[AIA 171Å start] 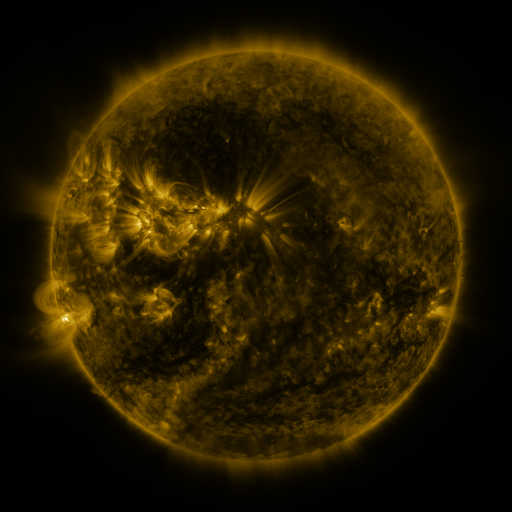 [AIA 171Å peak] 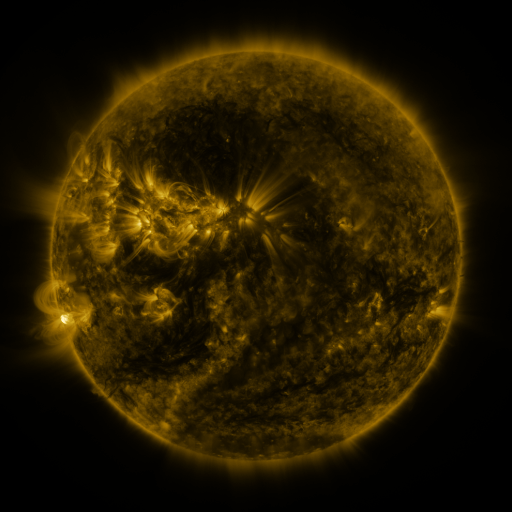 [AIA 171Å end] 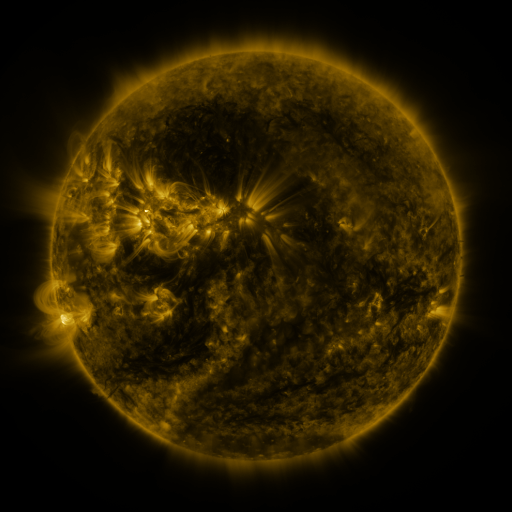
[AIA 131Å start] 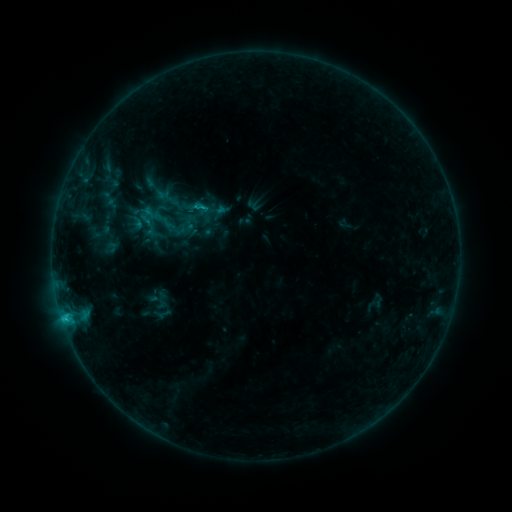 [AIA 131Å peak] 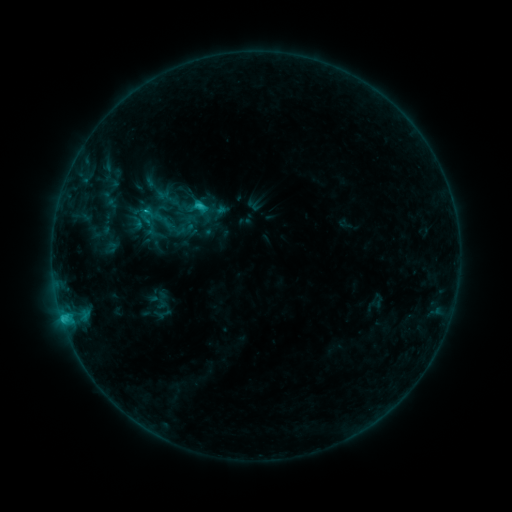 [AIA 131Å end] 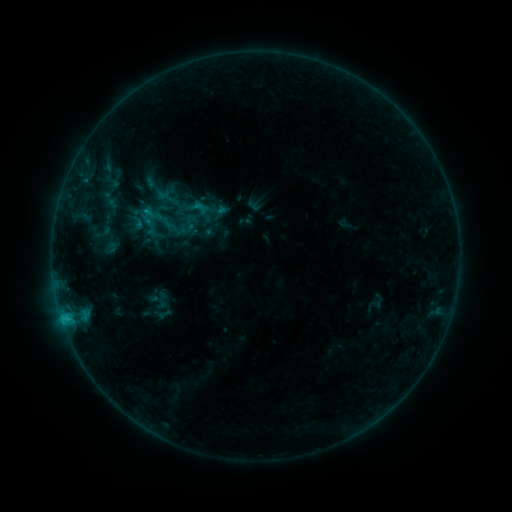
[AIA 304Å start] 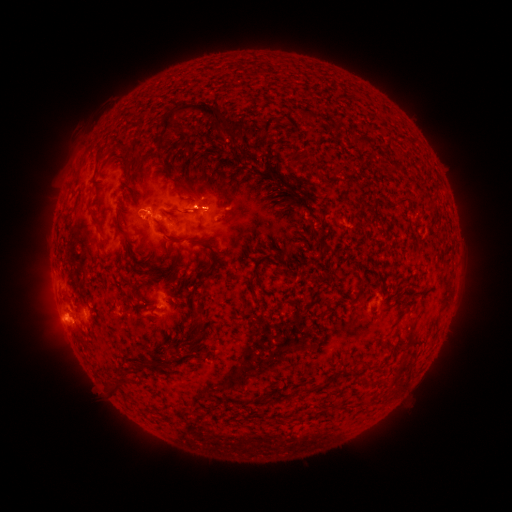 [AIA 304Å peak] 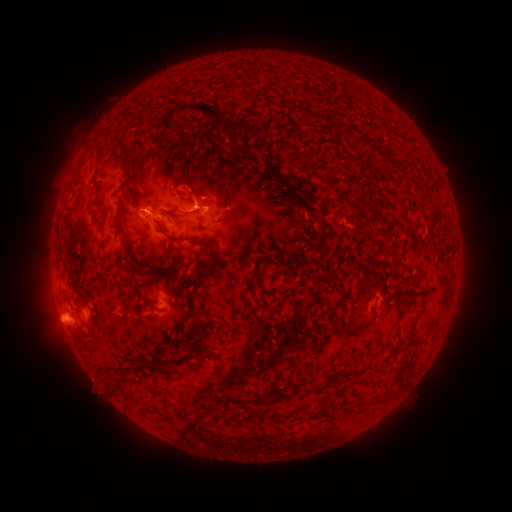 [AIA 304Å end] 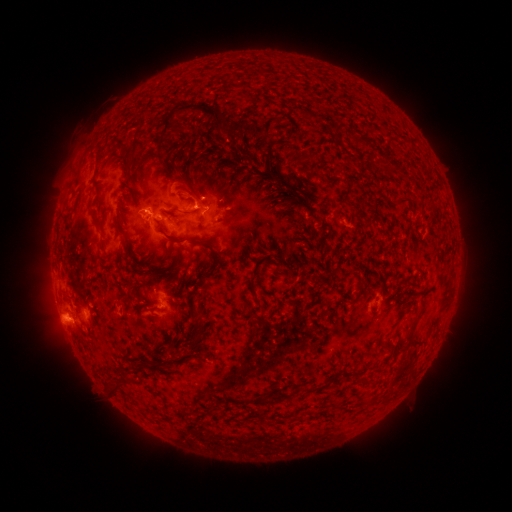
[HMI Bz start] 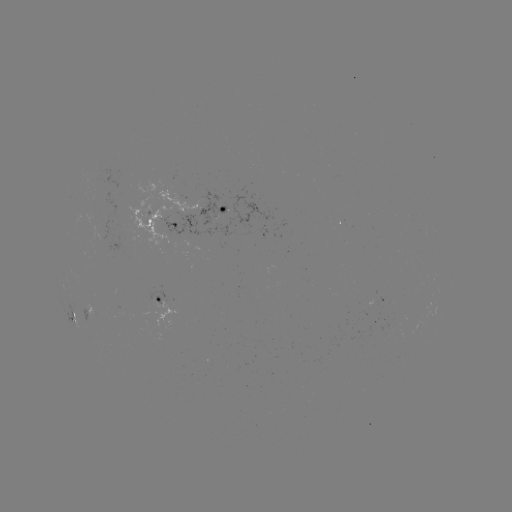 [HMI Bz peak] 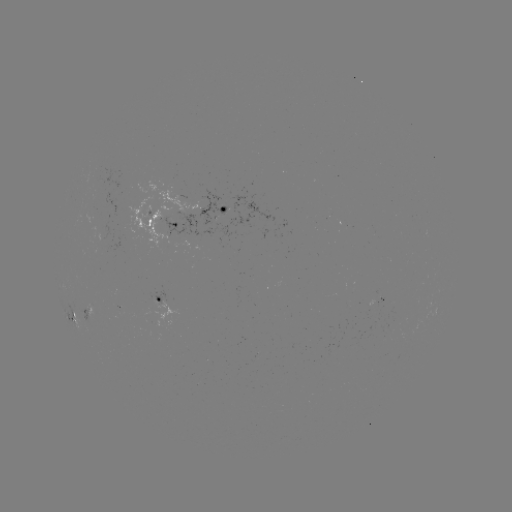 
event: flare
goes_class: C1.4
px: (201, 209)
